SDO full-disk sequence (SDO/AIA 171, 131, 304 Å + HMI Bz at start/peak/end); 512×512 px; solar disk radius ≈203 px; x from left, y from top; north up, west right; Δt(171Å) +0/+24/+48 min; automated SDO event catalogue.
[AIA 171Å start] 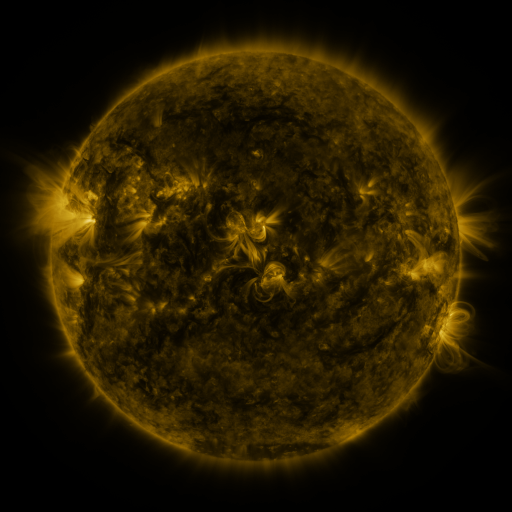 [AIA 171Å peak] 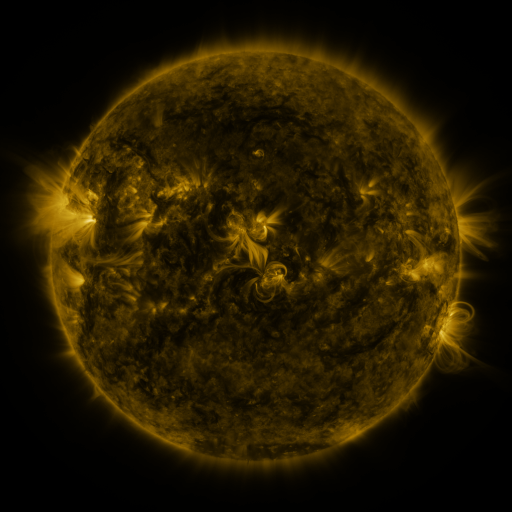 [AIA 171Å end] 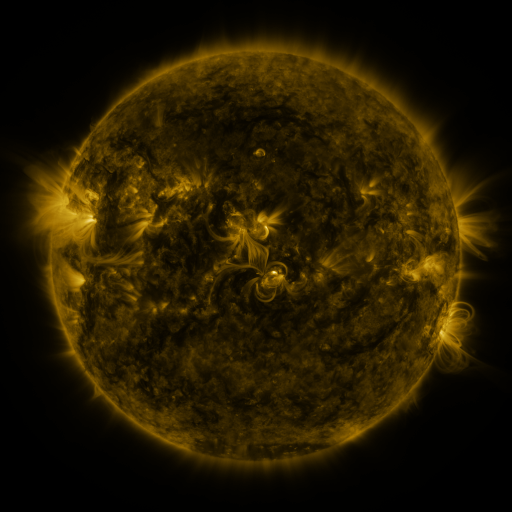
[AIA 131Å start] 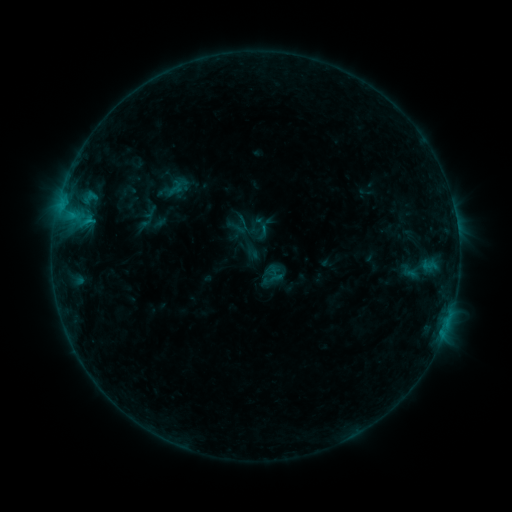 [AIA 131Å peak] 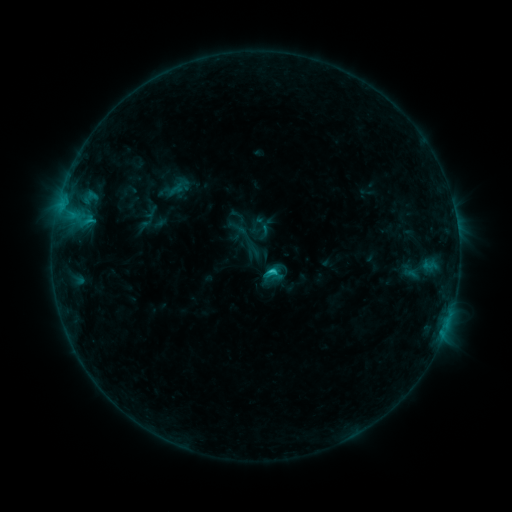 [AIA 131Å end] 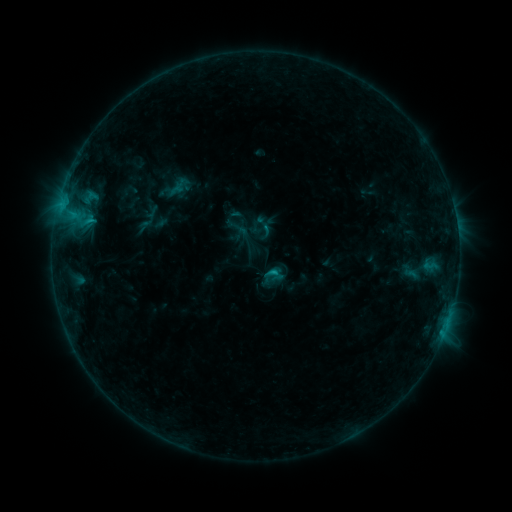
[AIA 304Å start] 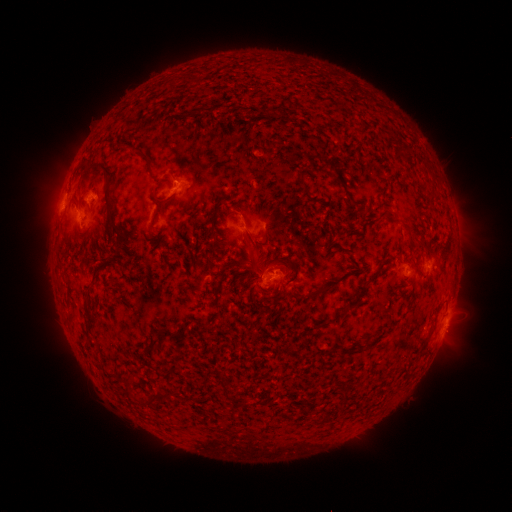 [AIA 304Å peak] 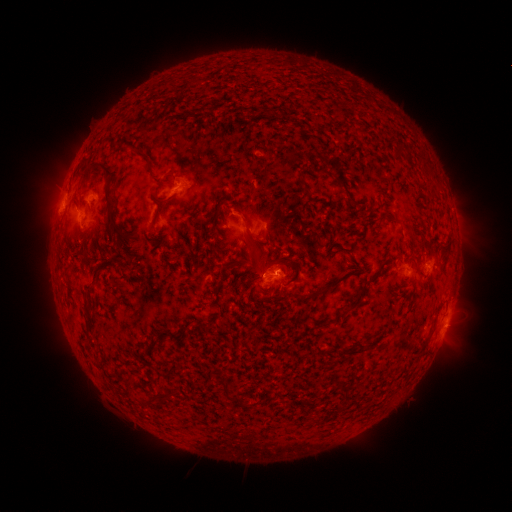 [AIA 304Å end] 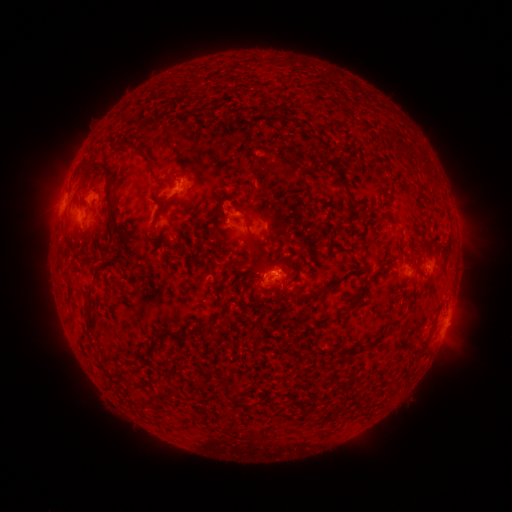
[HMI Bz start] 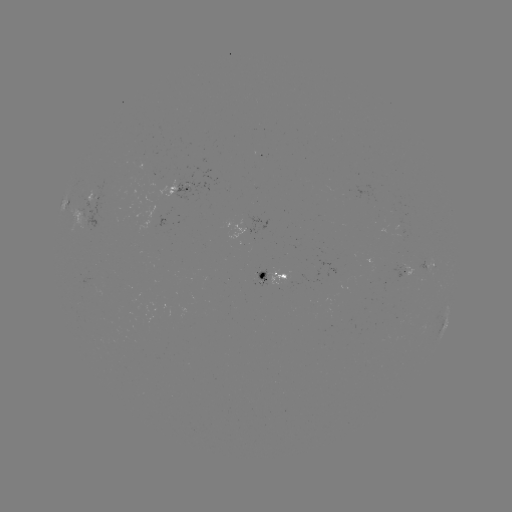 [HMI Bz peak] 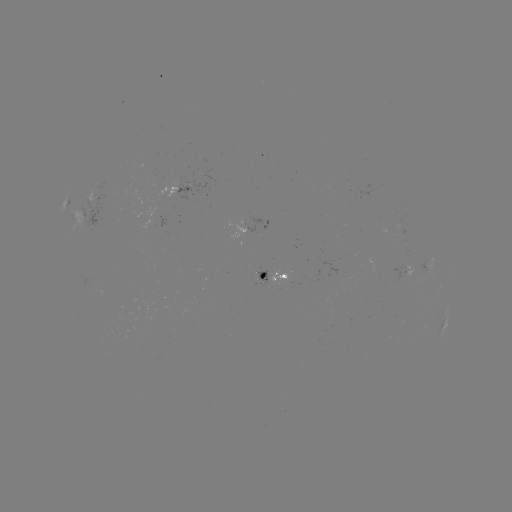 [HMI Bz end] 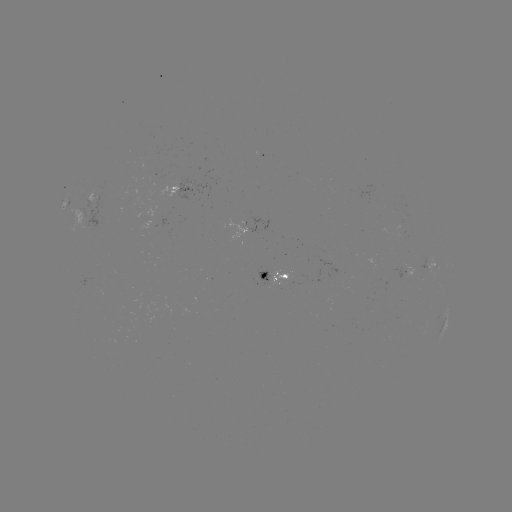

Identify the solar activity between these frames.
C1.2 flare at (270, 269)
